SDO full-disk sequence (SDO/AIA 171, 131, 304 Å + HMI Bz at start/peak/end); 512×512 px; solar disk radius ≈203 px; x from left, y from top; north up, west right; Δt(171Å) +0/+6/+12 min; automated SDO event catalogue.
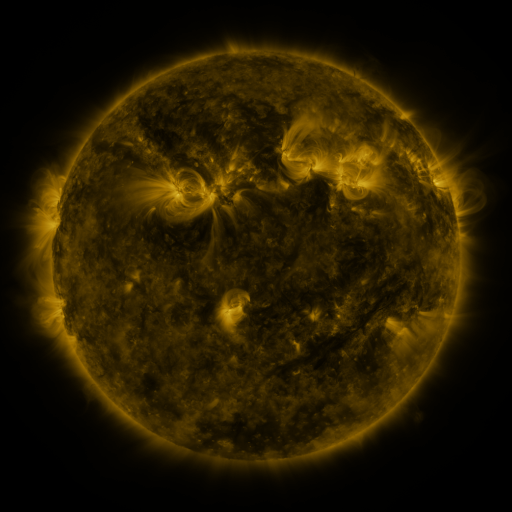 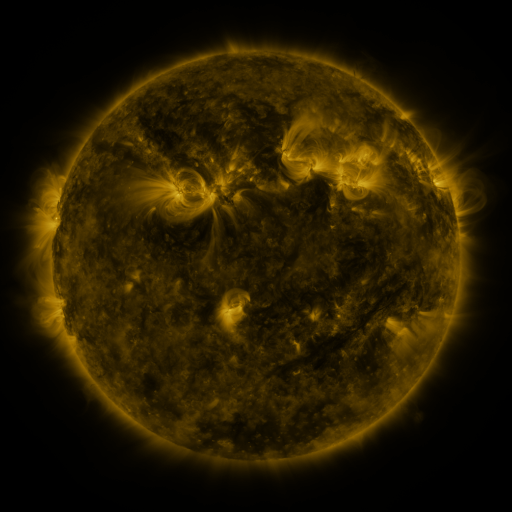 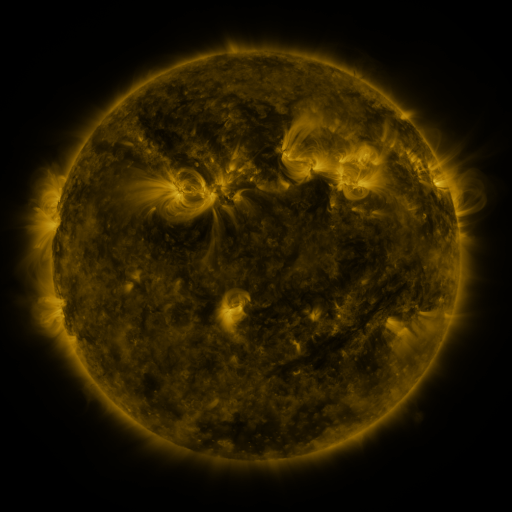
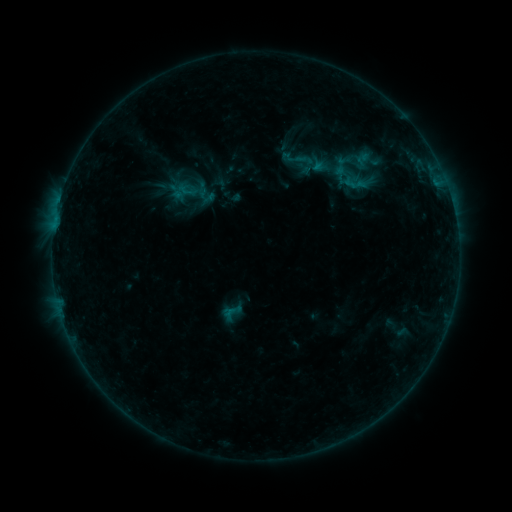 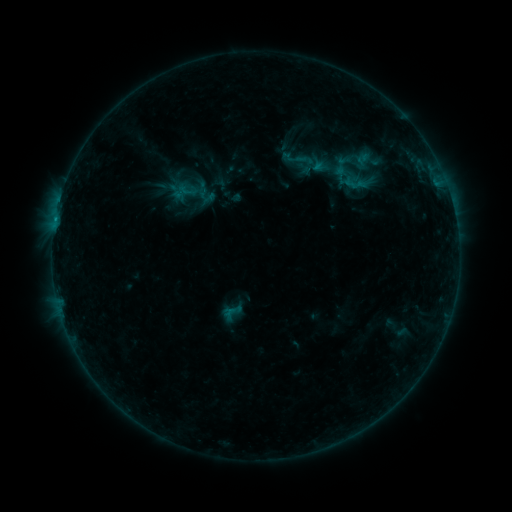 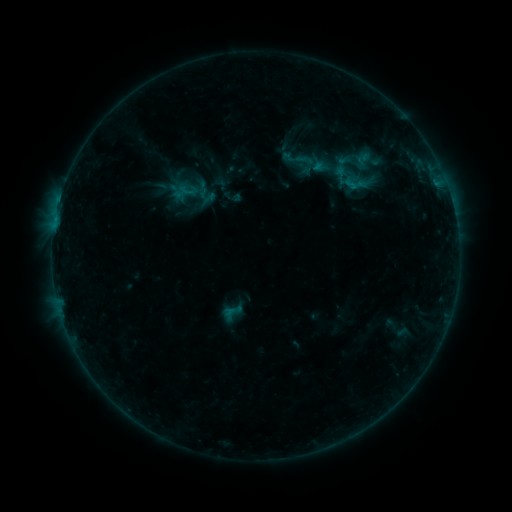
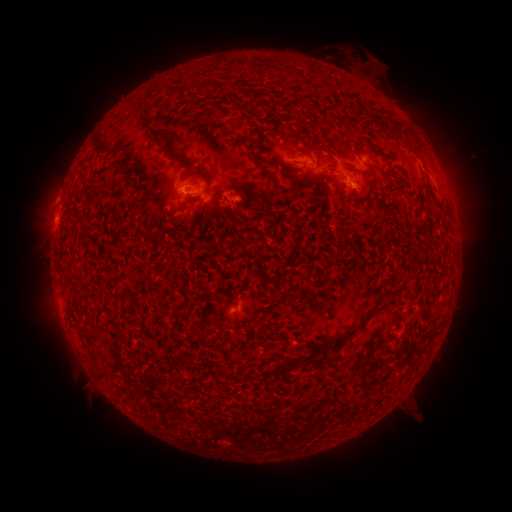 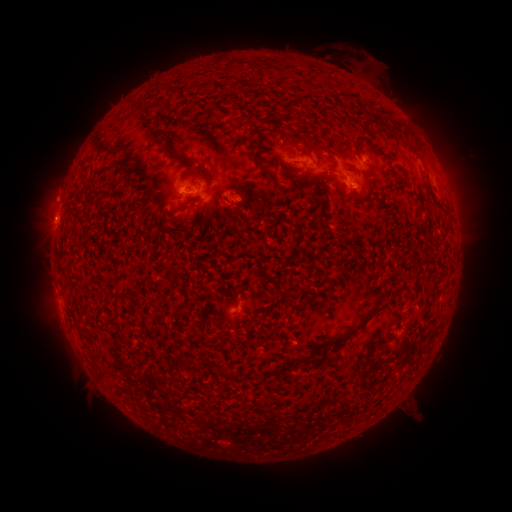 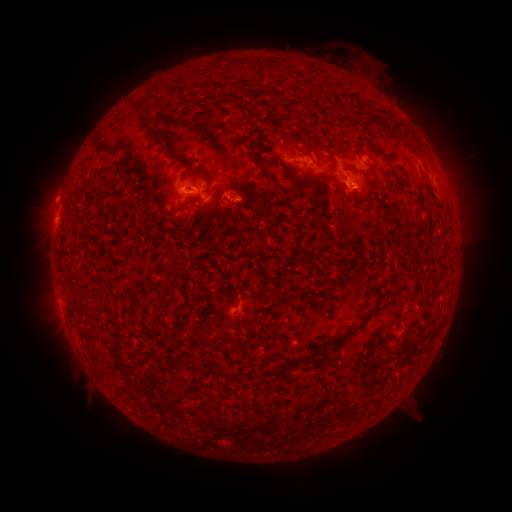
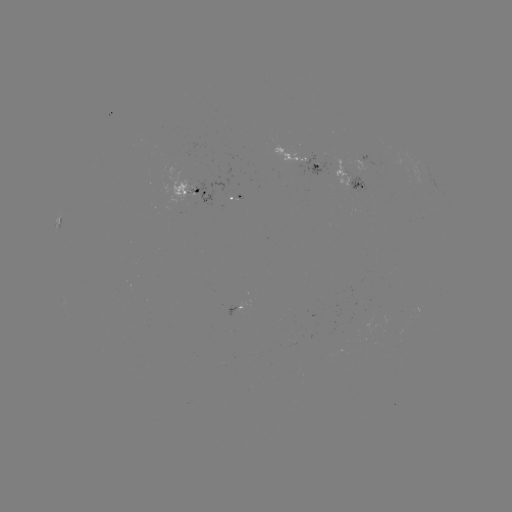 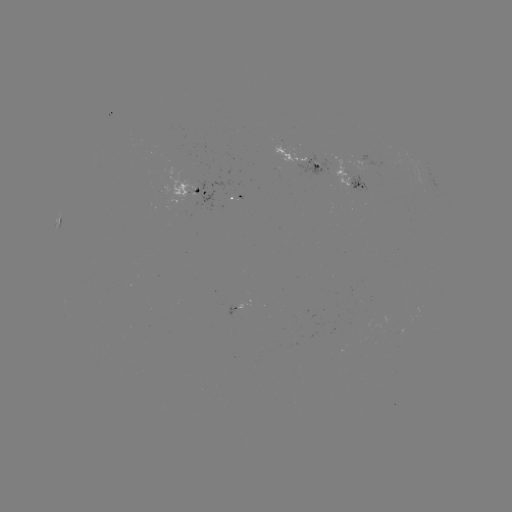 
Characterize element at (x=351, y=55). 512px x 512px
eruption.